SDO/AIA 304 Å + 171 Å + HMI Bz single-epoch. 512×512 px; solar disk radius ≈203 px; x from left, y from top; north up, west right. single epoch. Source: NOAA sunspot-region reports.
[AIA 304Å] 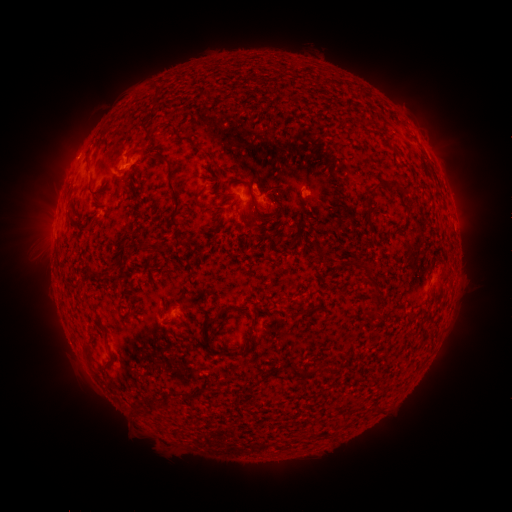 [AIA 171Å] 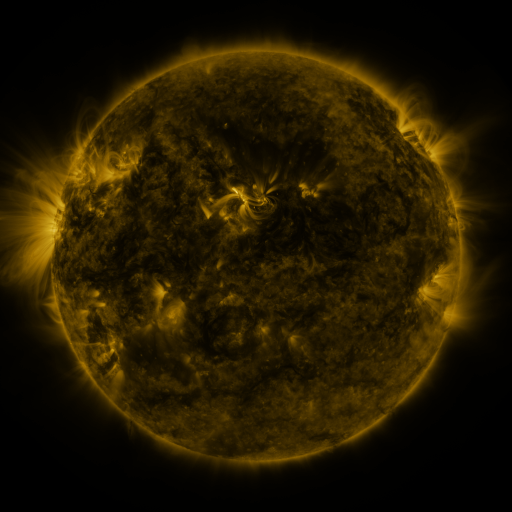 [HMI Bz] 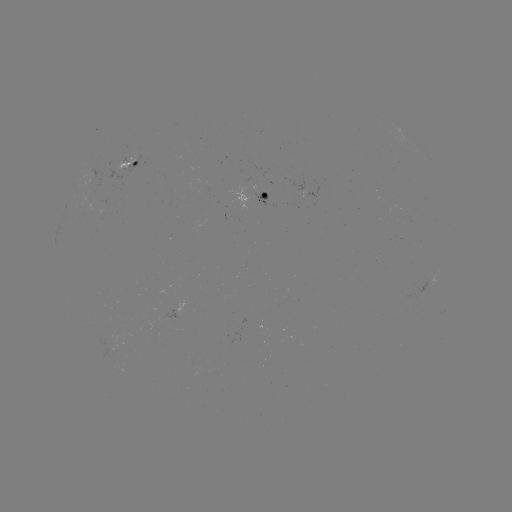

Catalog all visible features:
spotted active region: (433, 160)
spotted active region: (129, 164)
spotted active region: (311, 192)
spotted active region: (270, 199)
spotted active region: (438, 278)
